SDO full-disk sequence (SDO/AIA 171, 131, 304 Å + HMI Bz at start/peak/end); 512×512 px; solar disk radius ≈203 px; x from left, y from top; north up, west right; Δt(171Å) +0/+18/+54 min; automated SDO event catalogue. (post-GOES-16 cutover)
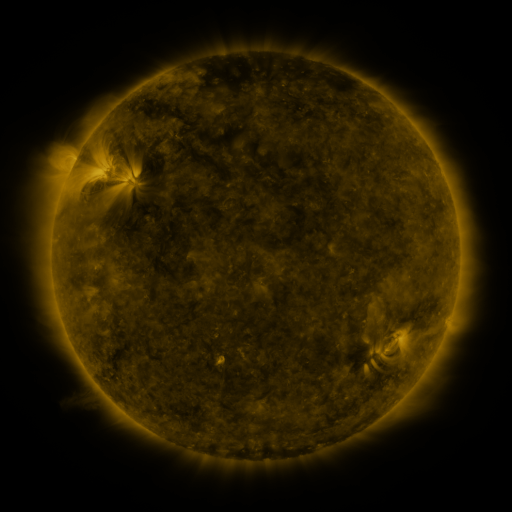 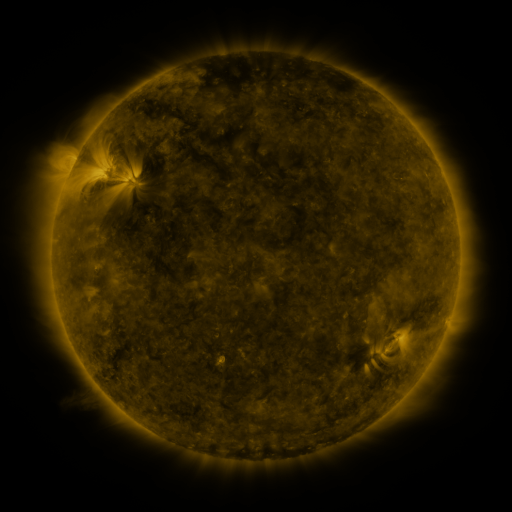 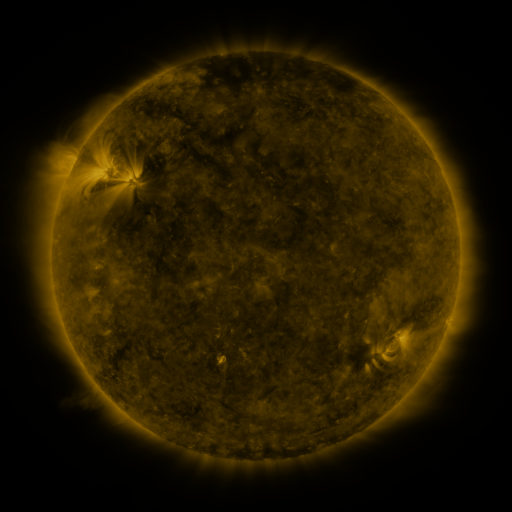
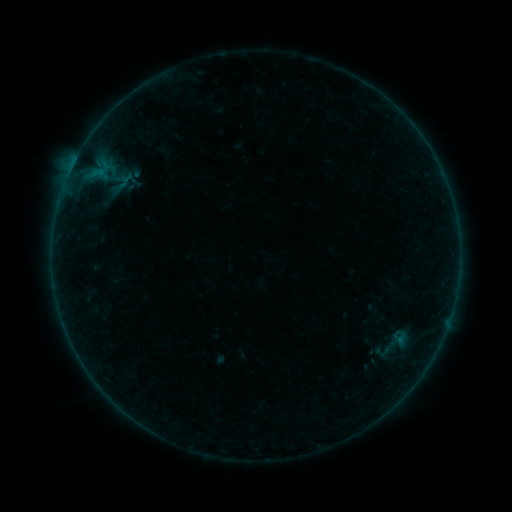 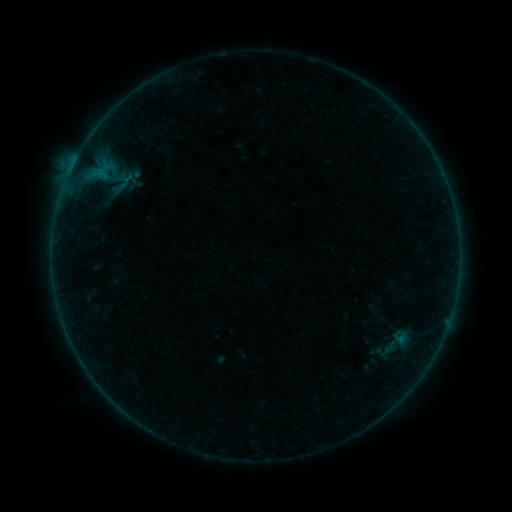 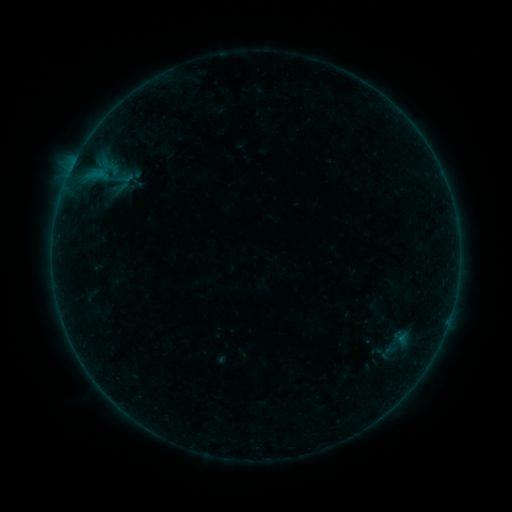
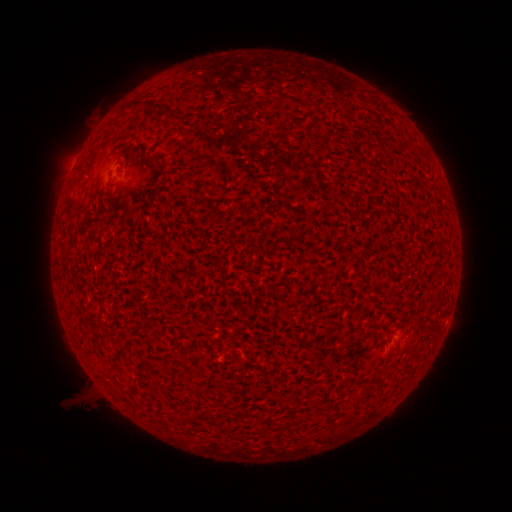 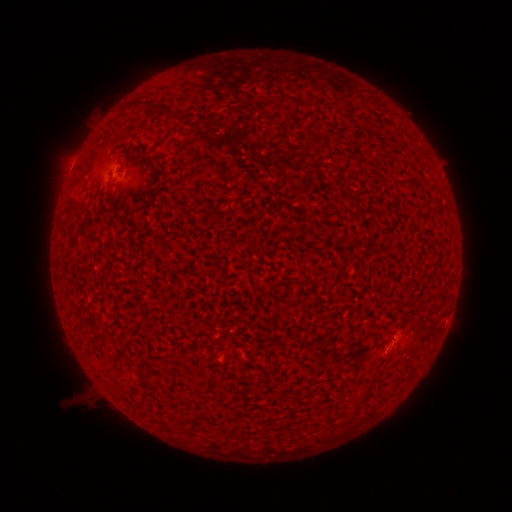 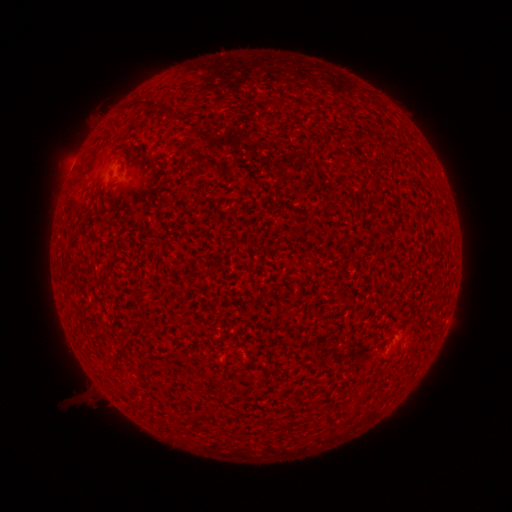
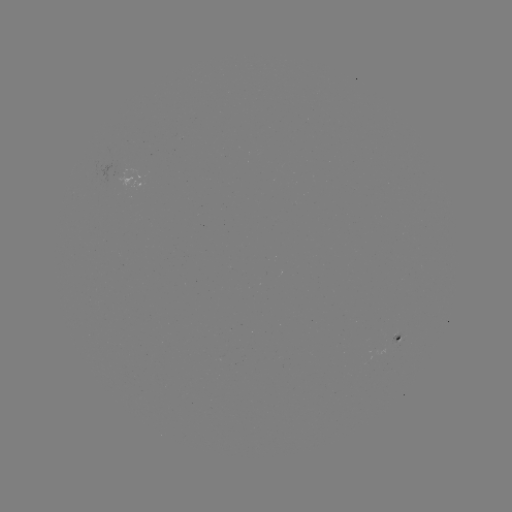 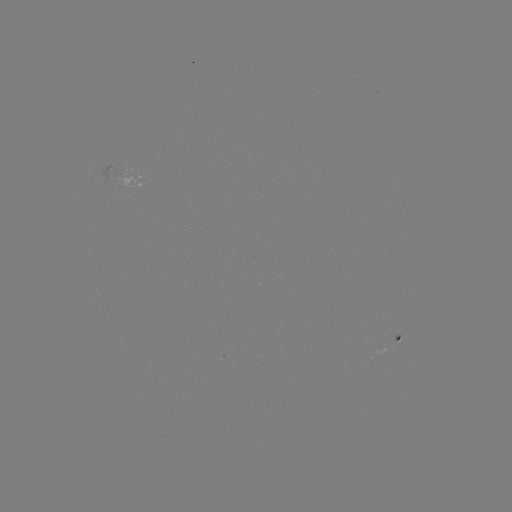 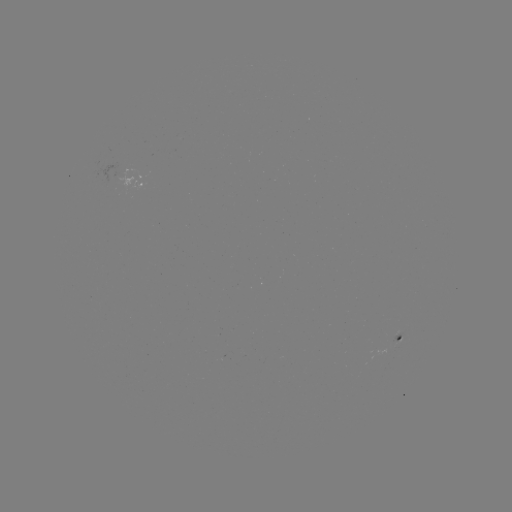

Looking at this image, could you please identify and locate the A6.7 flare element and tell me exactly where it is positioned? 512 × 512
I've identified A6.7 flare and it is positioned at [116, 172].